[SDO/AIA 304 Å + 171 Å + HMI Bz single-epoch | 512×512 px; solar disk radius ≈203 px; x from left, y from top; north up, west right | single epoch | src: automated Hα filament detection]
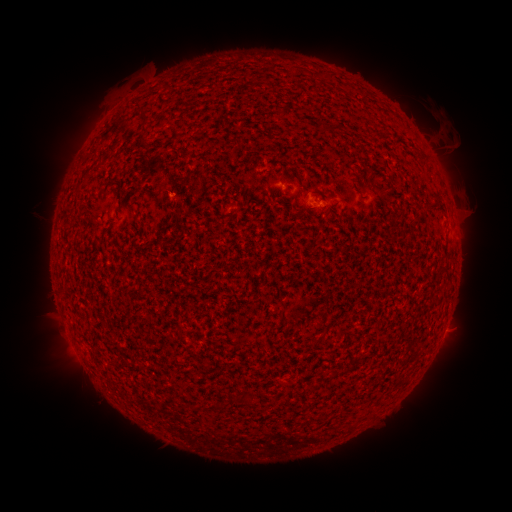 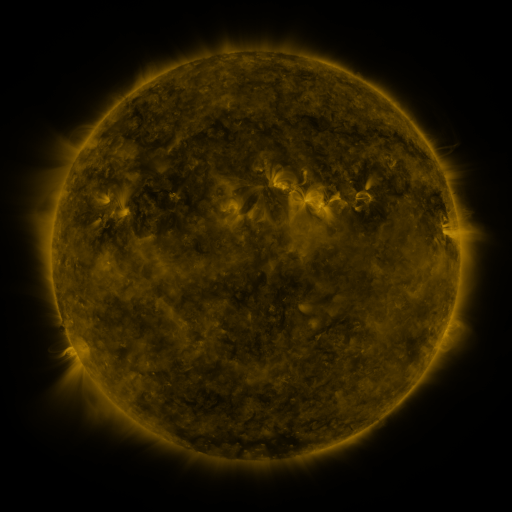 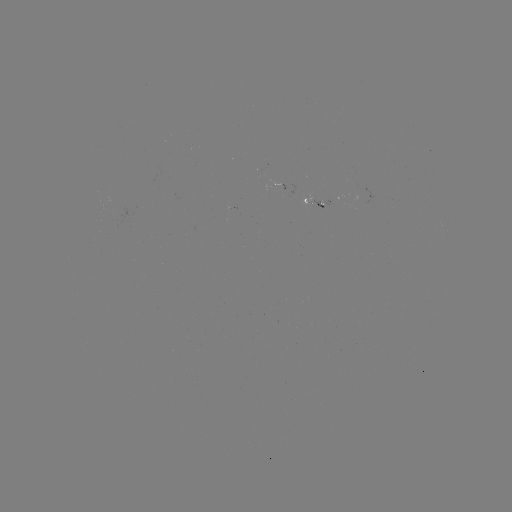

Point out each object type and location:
filament: (146, 116)
filament: (335, 130)
filament: (436, 205)
filament: (256, 345)
filament: (218, 406)
